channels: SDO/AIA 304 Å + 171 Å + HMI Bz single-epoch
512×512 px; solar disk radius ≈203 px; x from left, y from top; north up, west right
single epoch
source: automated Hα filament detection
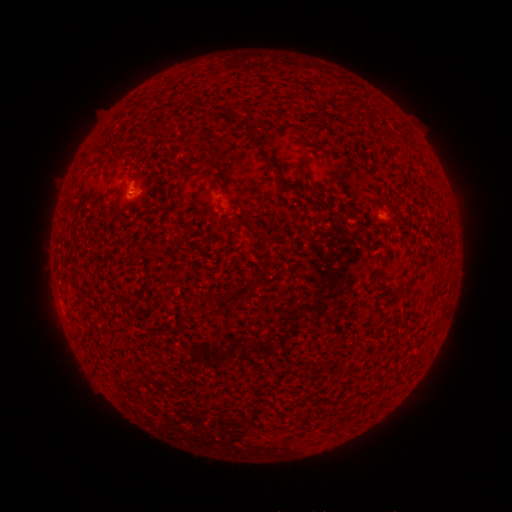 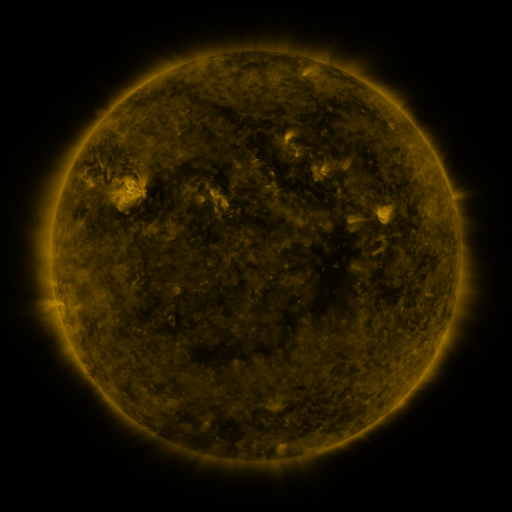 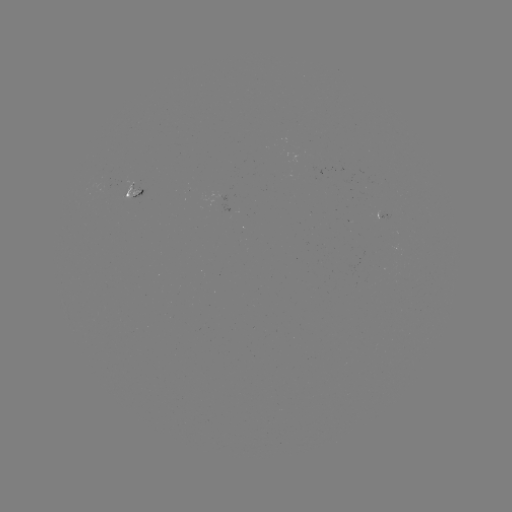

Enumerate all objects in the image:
filament: (320, 101, 329, 114)
filament: (306, 161, 329, 195)
filament: (265, 162, 277, 170)
filament: (406, 276, 419, 286)
filament: (398, 287, 409, 296)
filament: (224, 294, 239, 304)
